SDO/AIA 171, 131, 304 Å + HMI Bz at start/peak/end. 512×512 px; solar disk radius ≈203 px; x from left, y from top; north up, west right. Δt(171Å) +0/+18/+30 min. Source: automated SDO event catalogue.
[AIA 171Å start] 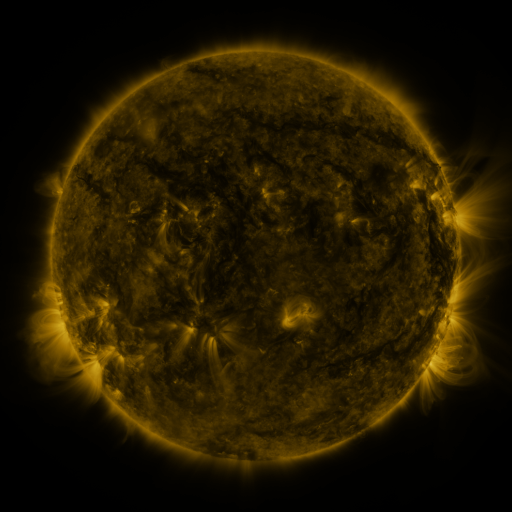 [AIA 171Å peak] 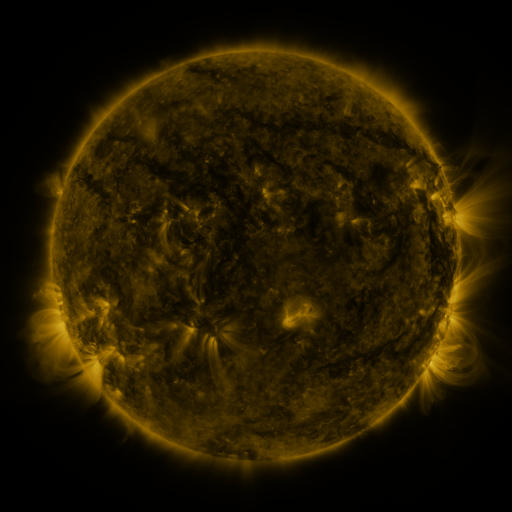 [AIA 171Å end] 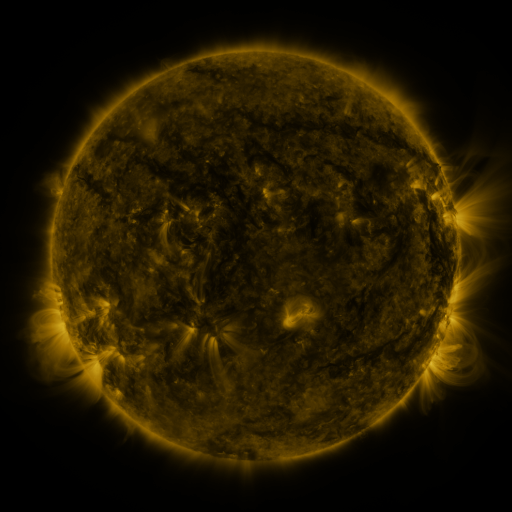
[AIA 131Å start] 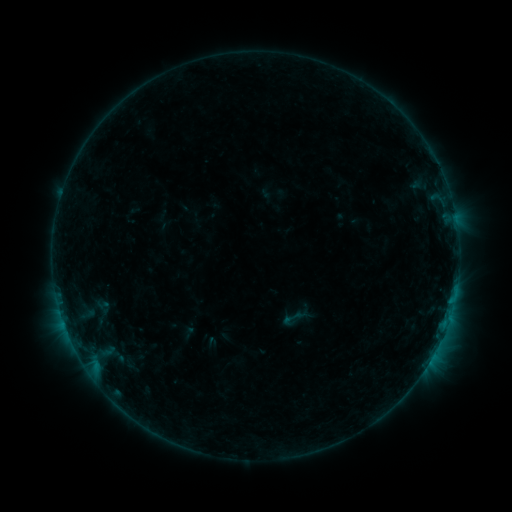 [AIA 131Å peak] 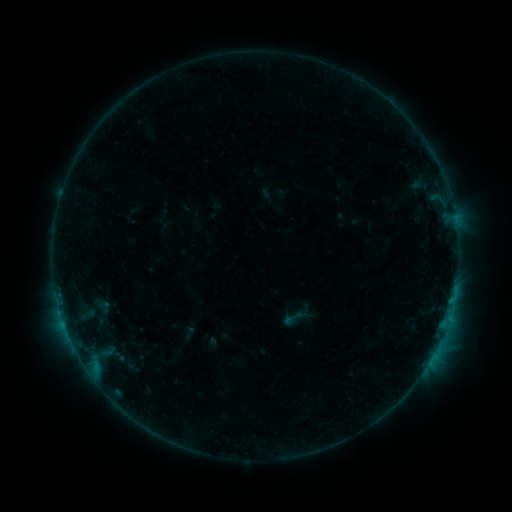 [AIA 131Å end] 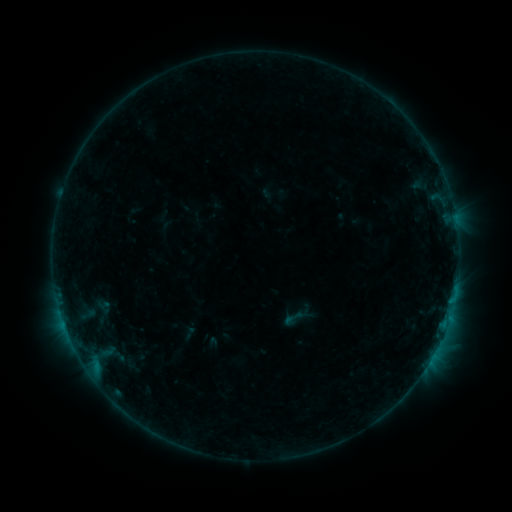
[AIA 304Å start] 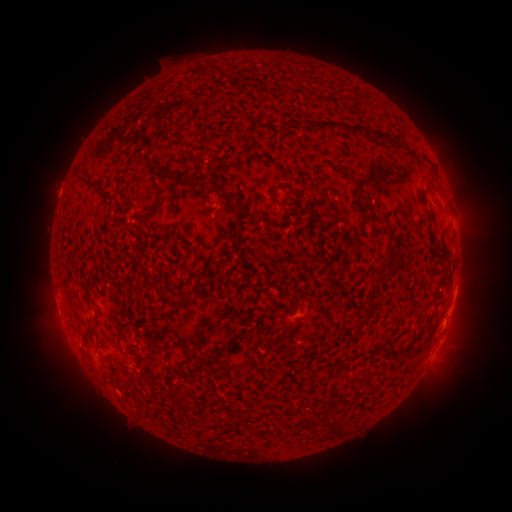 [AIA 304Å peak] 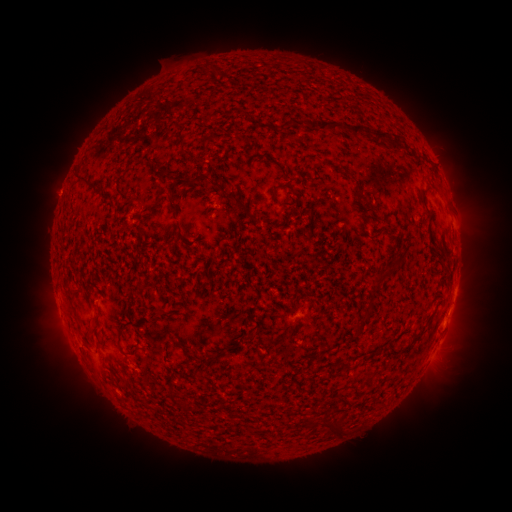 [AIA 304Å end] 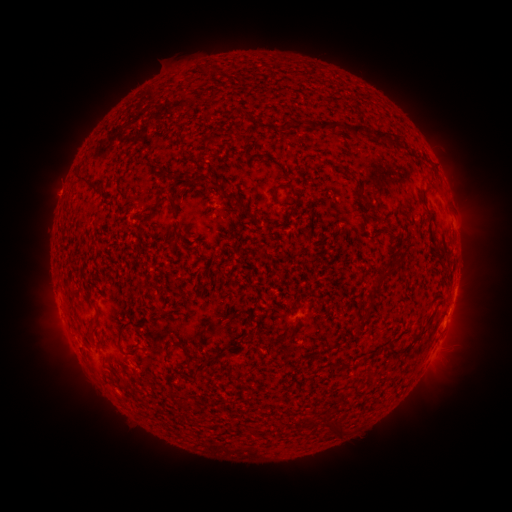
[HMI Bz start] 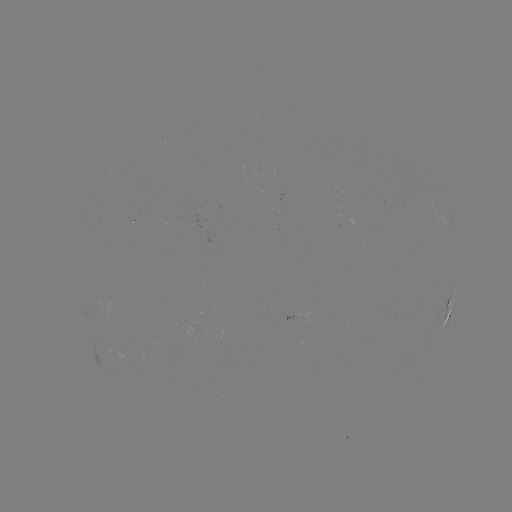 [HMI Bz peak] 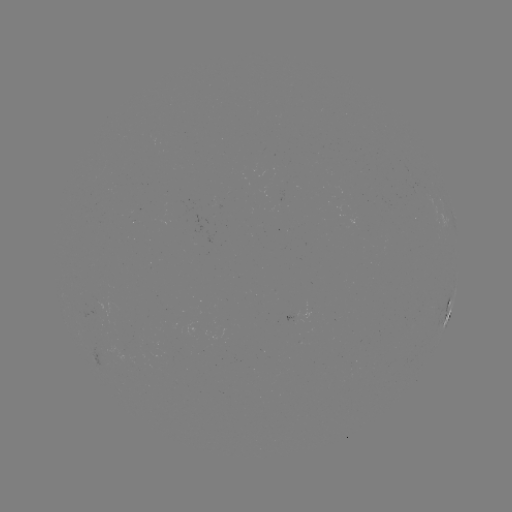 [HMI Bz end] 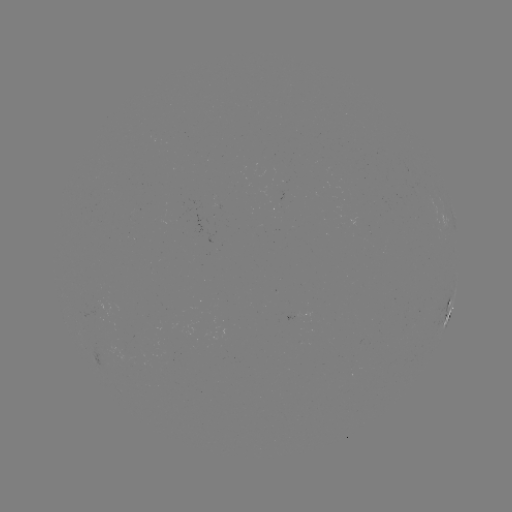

no catalogued flare and no flagged EUV brightening in this window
